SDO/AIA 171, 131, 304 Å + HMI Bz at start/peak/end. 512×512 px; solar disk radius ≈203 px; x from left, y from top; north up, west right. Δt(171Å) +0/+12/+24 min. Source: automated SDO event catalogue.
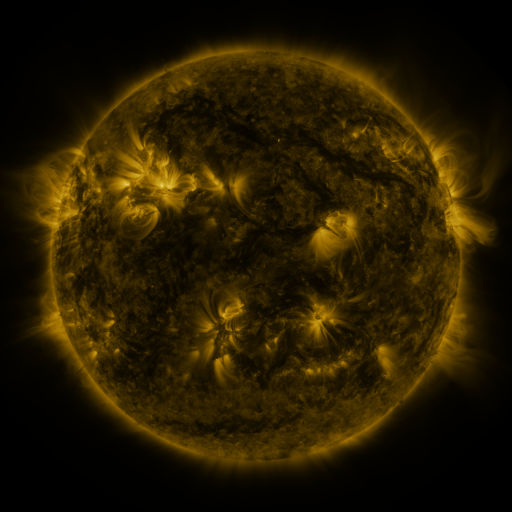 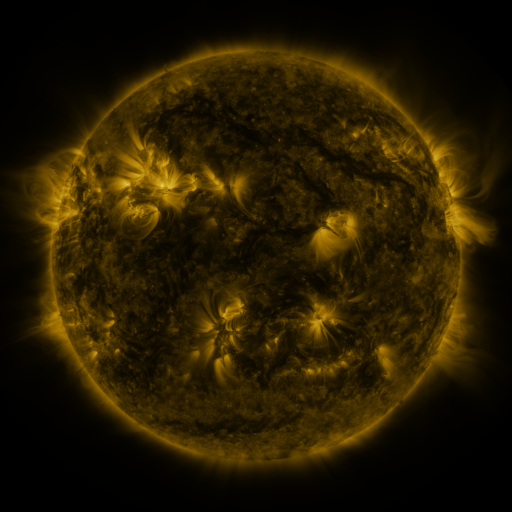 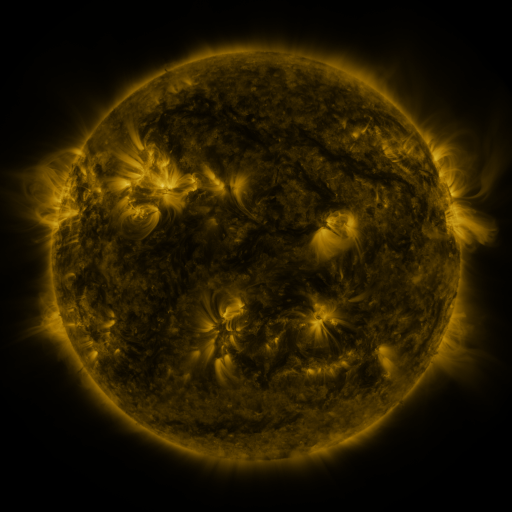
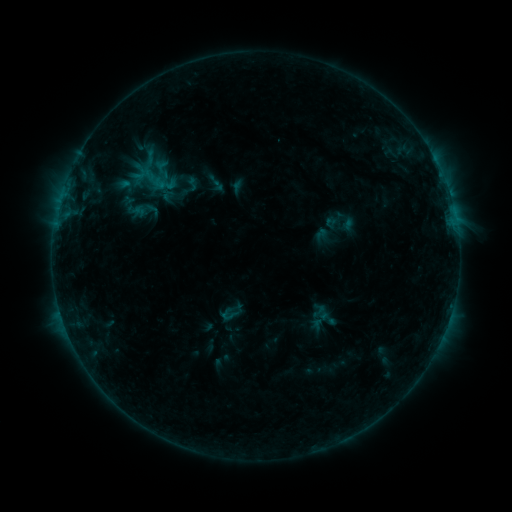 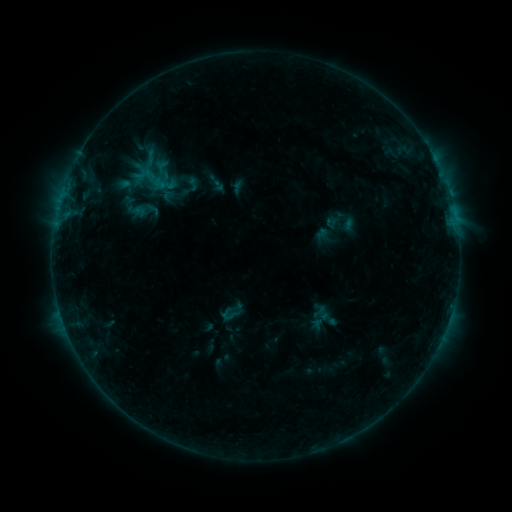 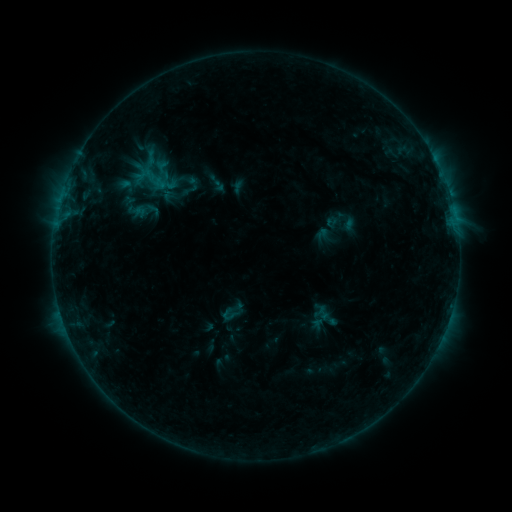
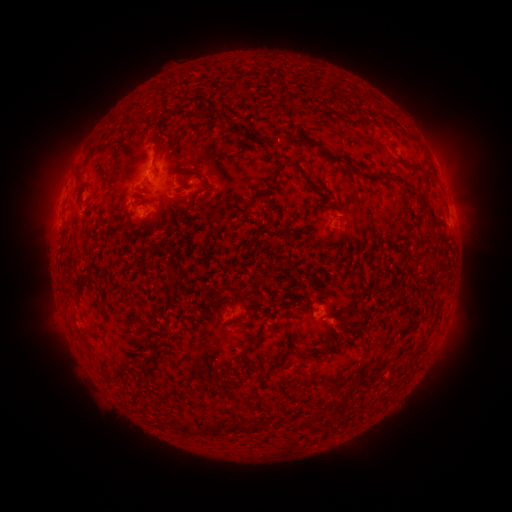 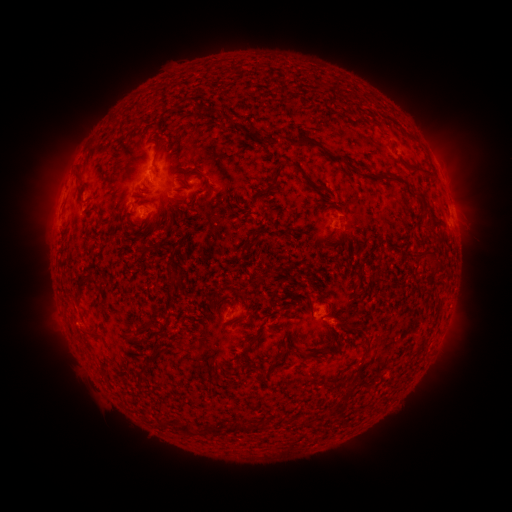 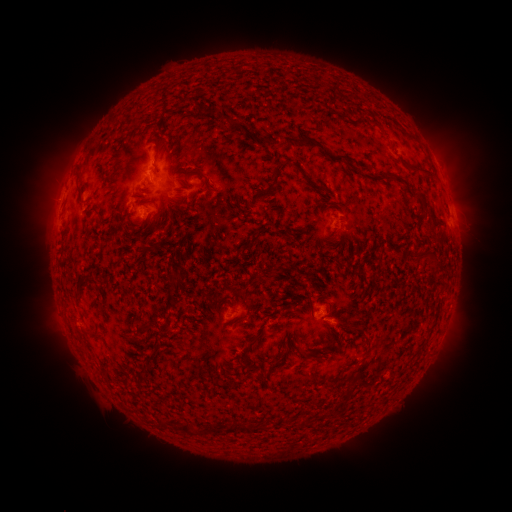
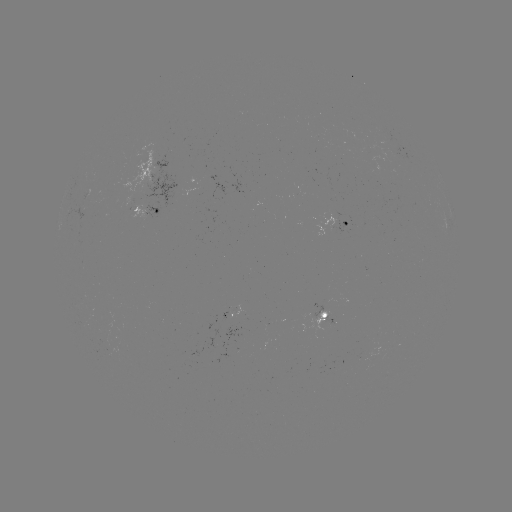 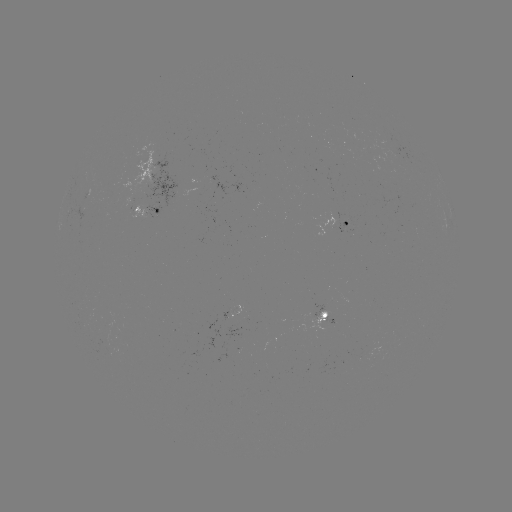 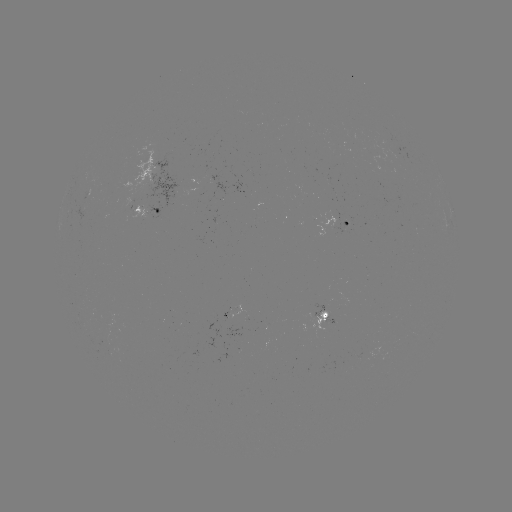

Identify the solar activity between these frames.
no catalogued flare and no flagged EUV brightening in this window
